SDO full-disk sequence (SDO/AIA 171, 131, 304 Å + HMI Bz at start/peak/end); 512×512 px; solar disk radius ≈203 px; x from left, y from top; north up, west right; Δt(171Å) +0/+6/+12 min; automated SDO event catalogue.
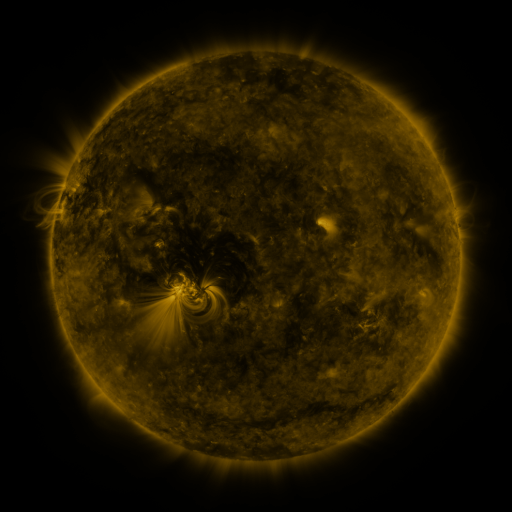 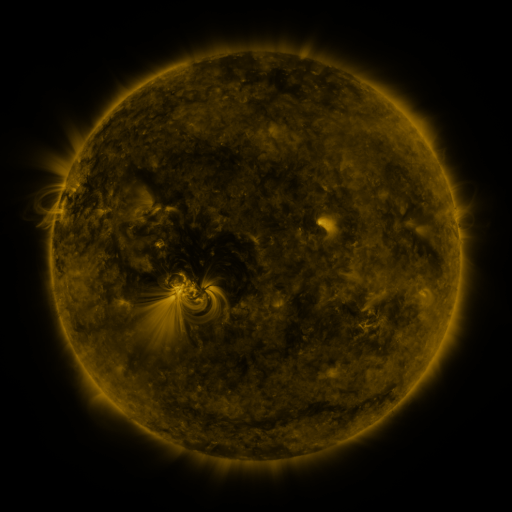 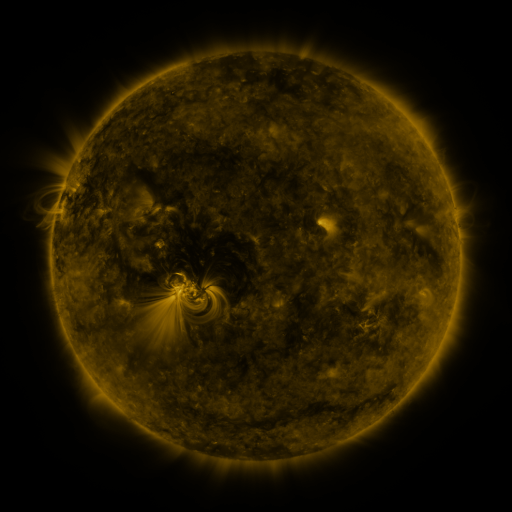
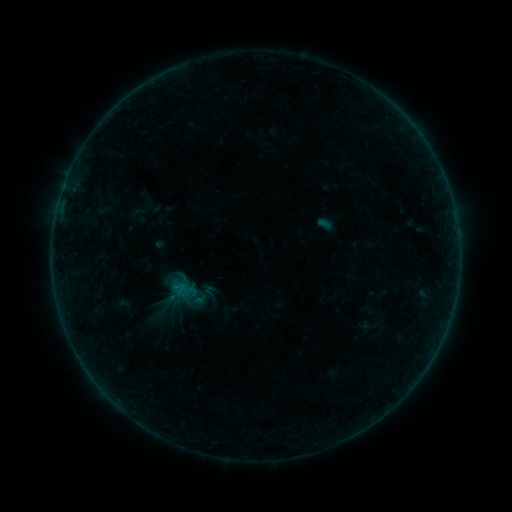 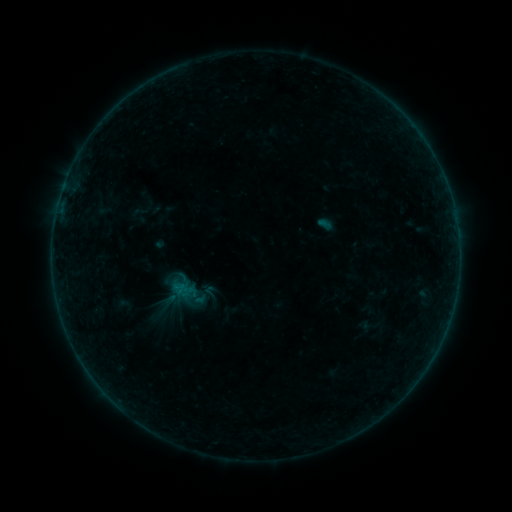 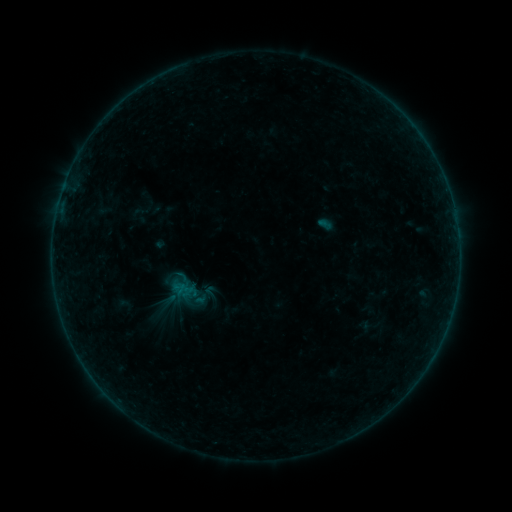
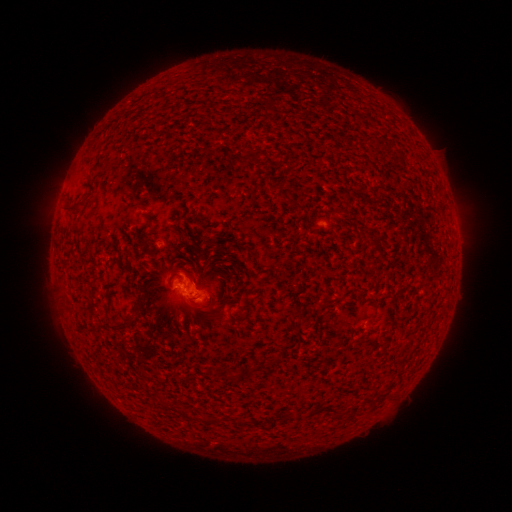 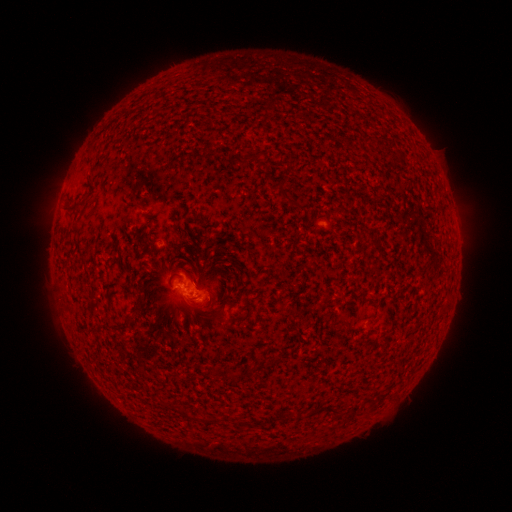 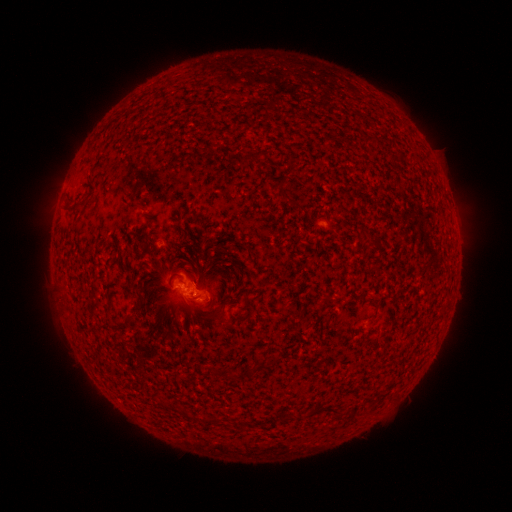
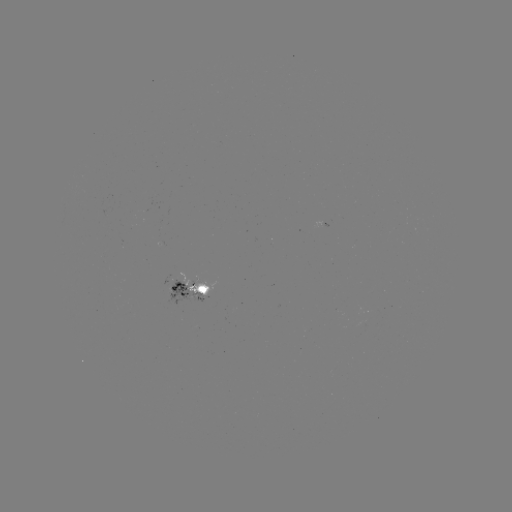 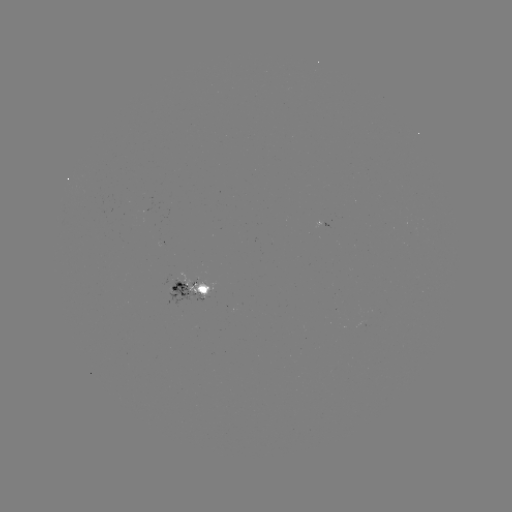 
no flare in any classed list; no EUV-trigger detection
